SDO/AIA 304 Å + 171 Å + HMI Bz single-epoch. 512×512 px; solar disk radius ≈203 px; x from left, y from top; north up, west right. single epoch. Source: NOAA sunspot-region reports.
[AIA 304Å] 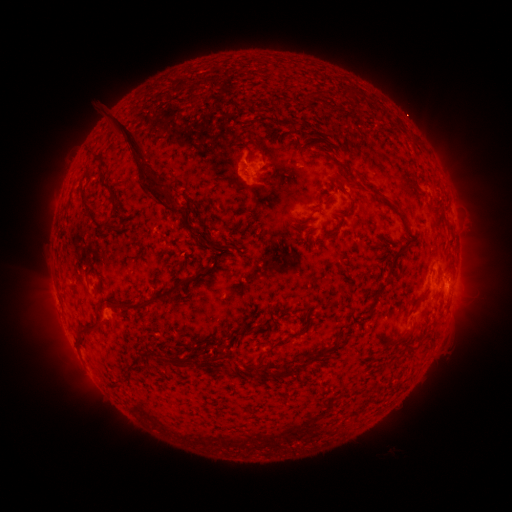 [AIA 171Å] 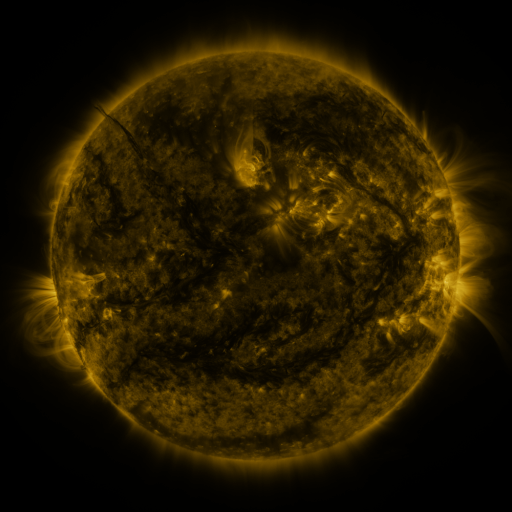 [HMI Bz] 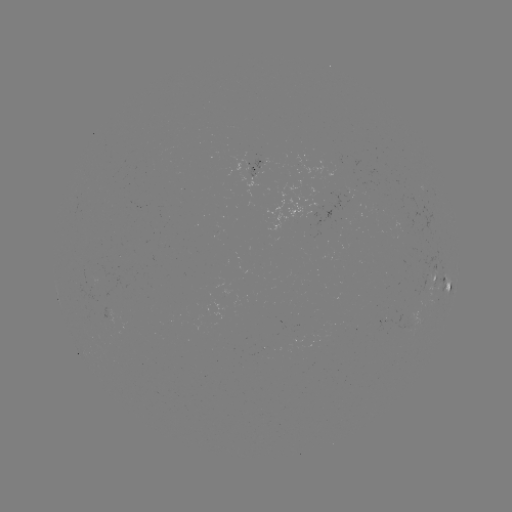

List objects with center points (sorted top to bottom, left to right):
spotted active region: (256, 171)
spotted active region: (435, 277)
spotted active region: (448, 283)
